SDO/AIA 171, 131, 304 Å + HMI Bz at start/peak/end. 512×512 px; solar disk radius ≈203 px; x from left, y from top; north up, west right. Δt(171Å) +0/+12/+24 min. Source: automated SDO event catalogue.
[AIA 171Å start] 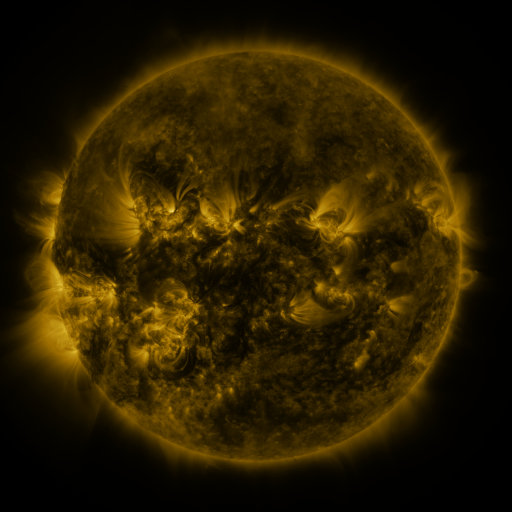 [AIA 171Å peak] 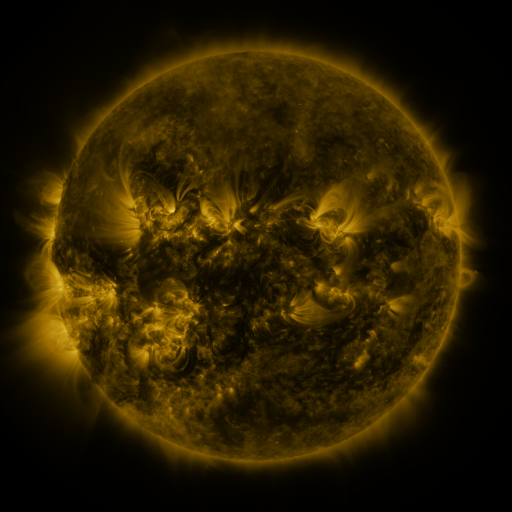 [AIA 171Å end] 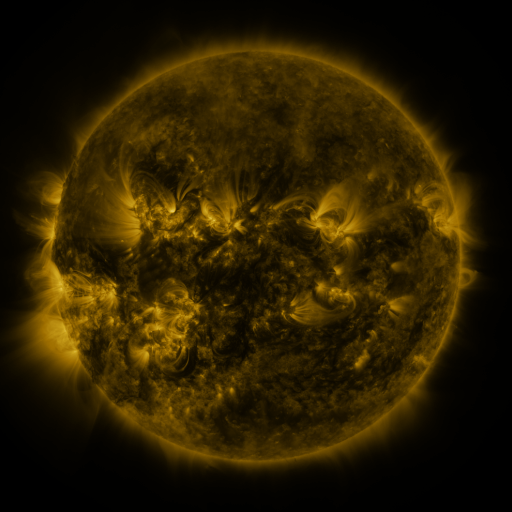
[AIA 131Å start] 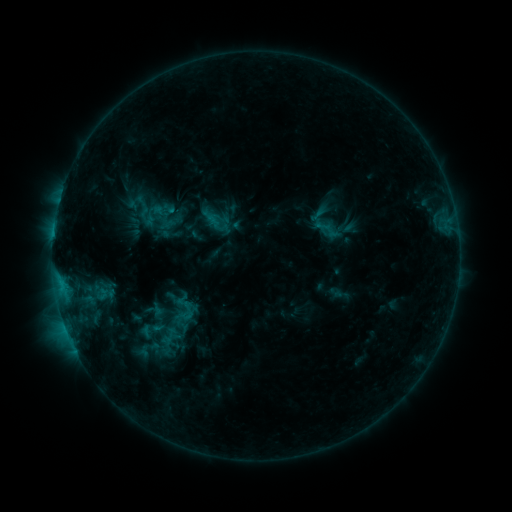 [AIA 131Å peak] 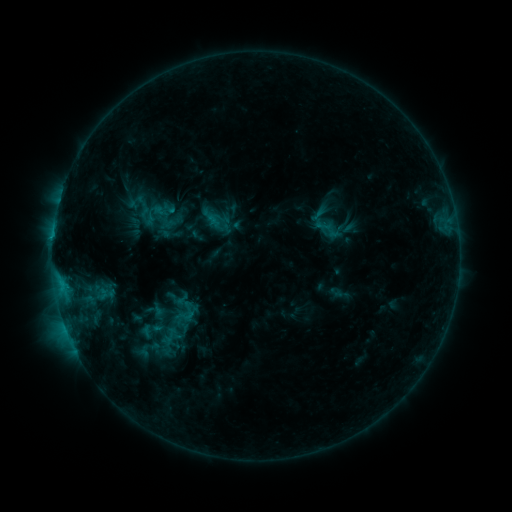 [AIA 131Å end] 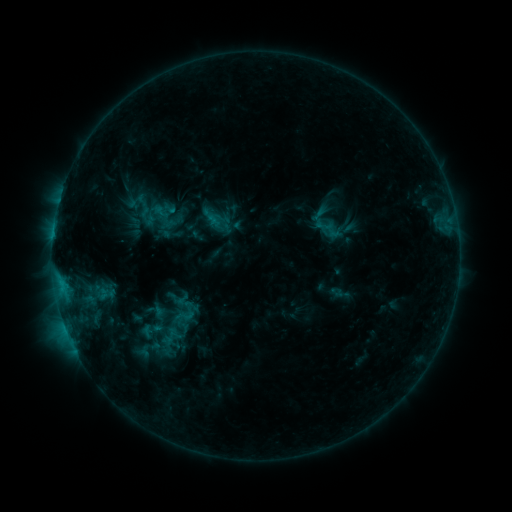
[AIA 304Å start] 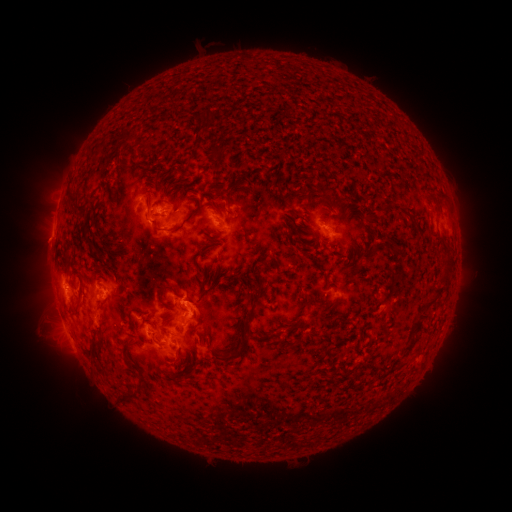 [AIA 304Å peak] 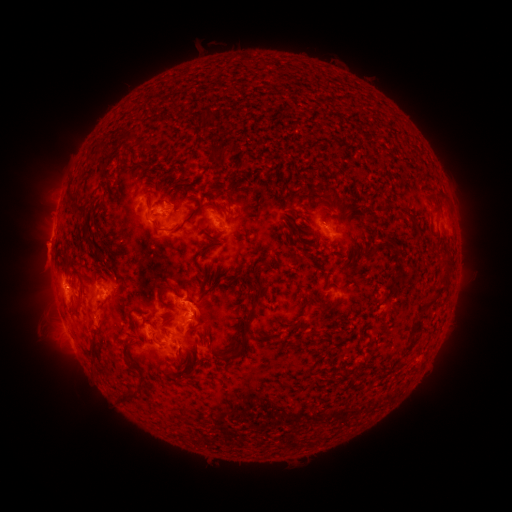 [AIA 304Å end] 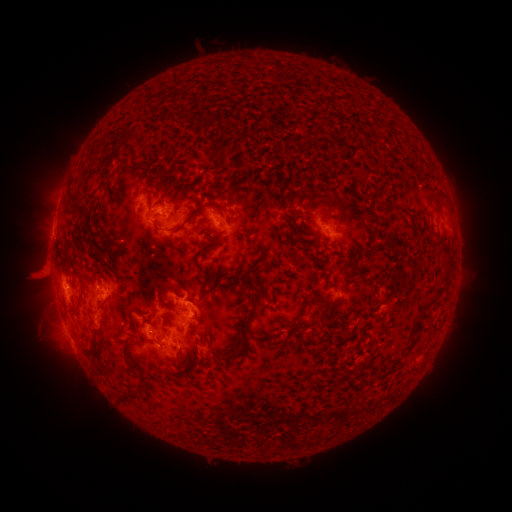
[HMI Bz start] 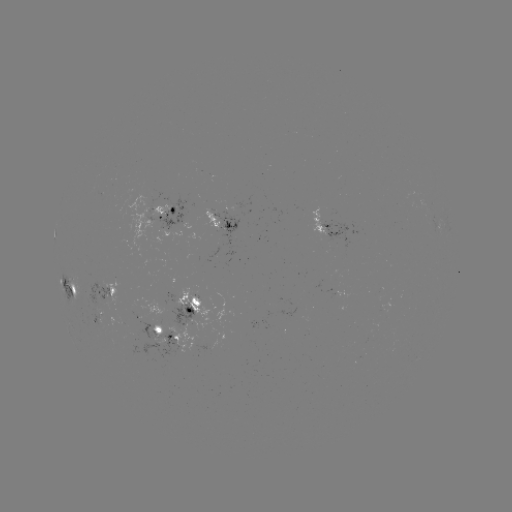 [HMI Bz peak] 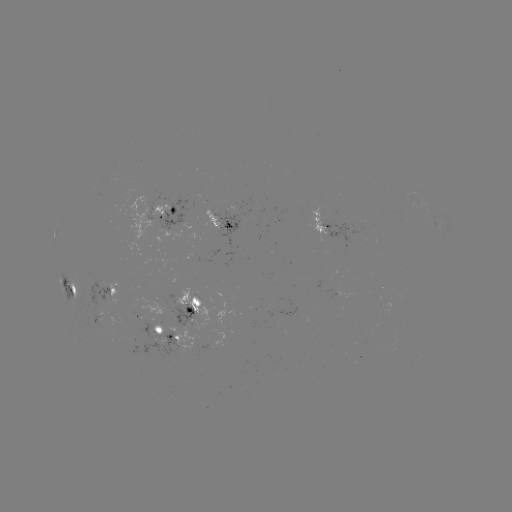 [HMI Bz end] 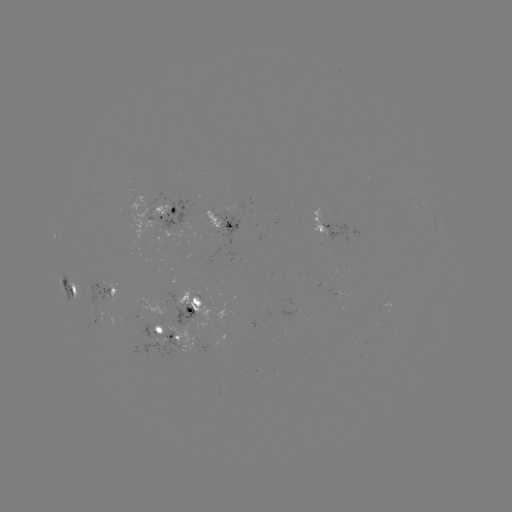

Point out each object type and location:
eruption: (45, 253)
